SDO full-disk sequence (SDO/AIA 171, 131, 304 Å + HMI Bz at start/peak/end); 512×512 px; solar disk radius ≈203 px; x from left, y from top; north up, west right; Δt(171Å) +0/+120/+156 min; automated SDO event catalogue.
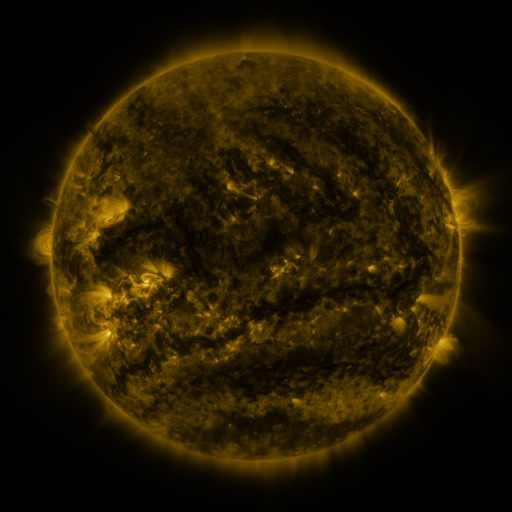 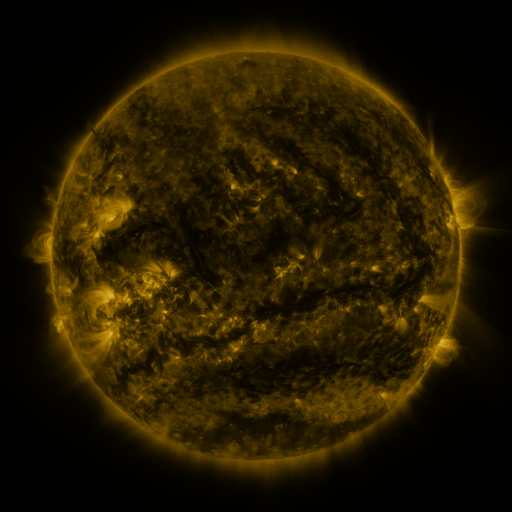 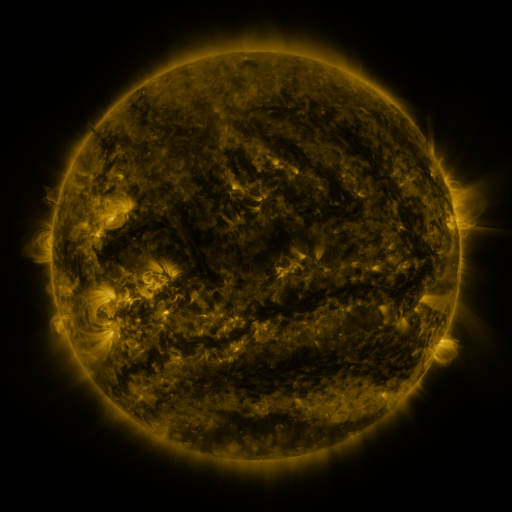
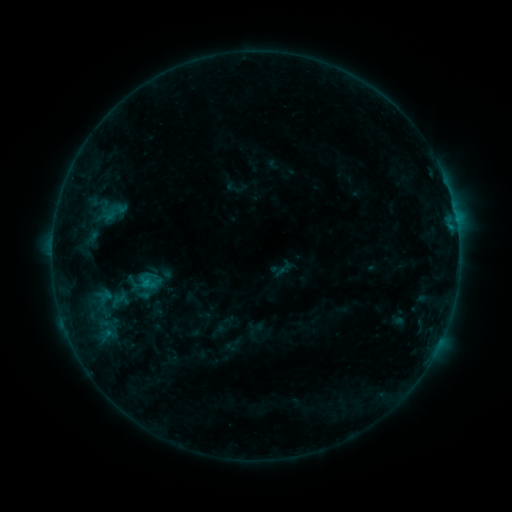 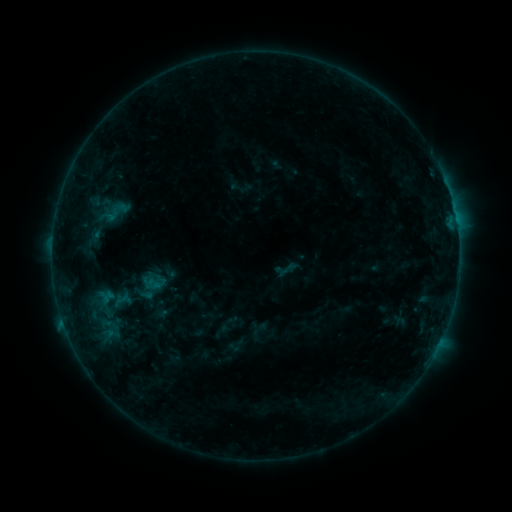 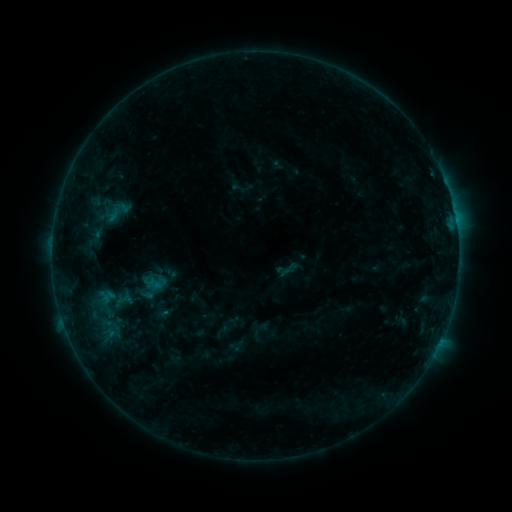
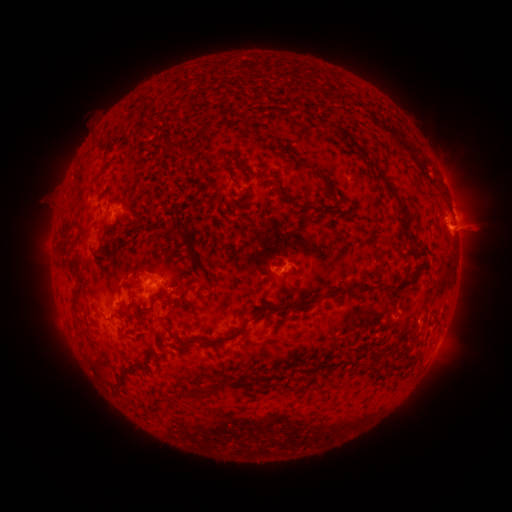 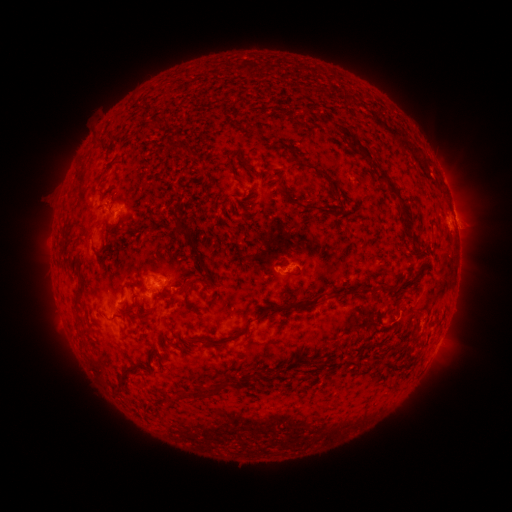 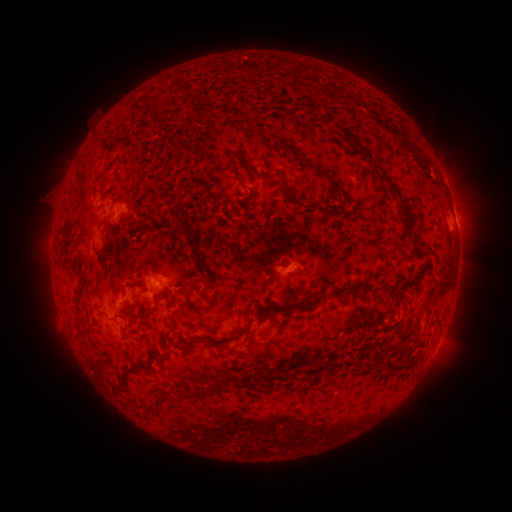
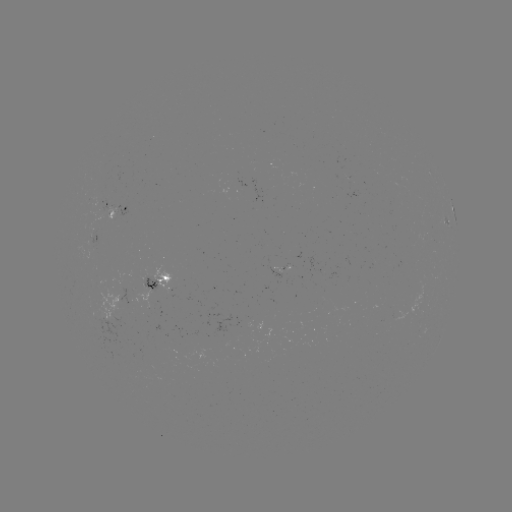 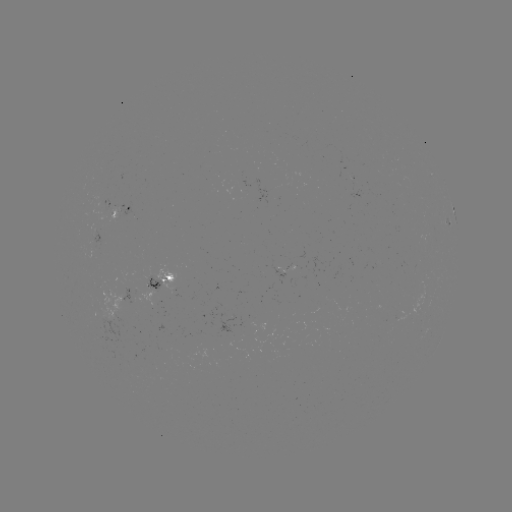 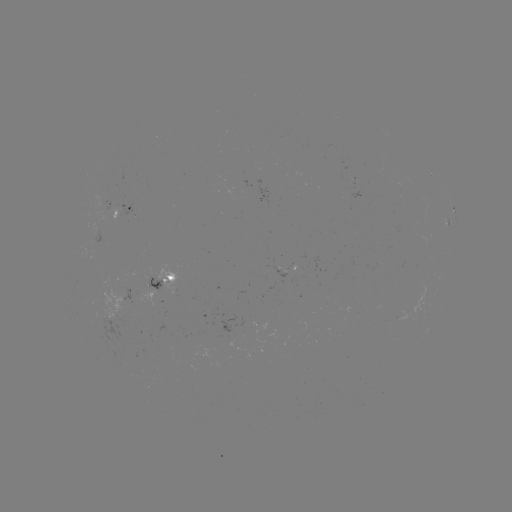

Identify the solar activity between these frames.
emerging-flux region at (293, 272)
